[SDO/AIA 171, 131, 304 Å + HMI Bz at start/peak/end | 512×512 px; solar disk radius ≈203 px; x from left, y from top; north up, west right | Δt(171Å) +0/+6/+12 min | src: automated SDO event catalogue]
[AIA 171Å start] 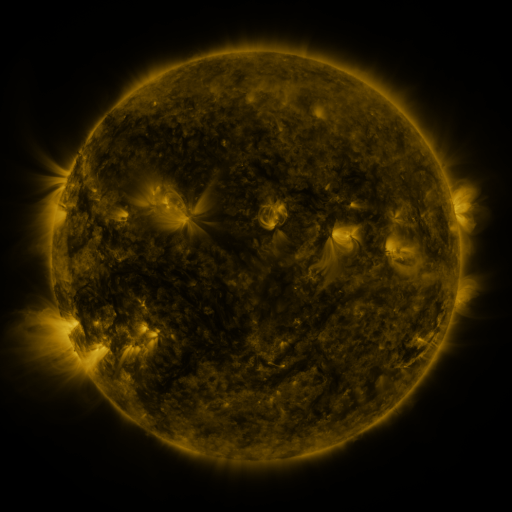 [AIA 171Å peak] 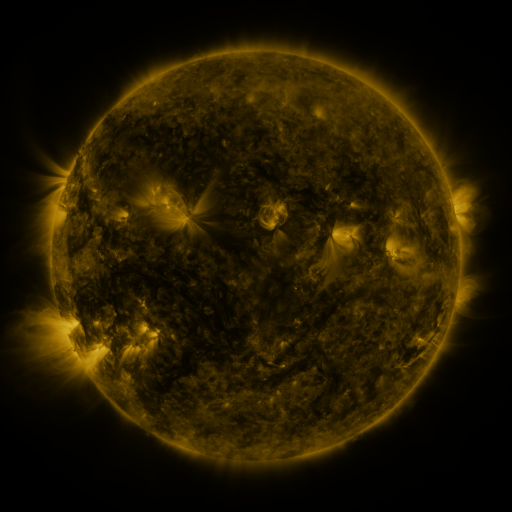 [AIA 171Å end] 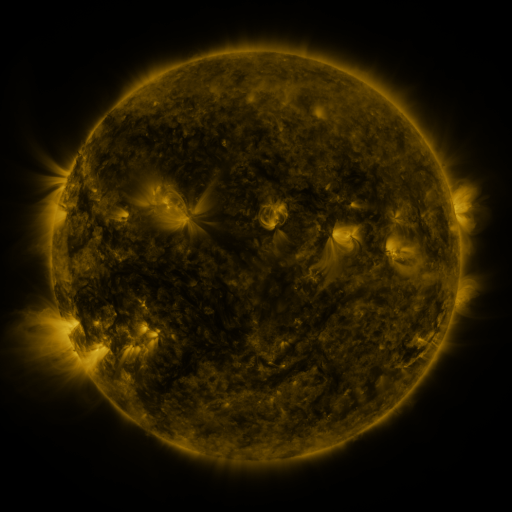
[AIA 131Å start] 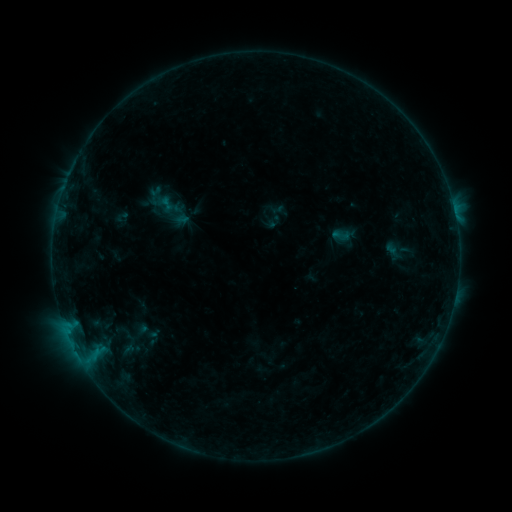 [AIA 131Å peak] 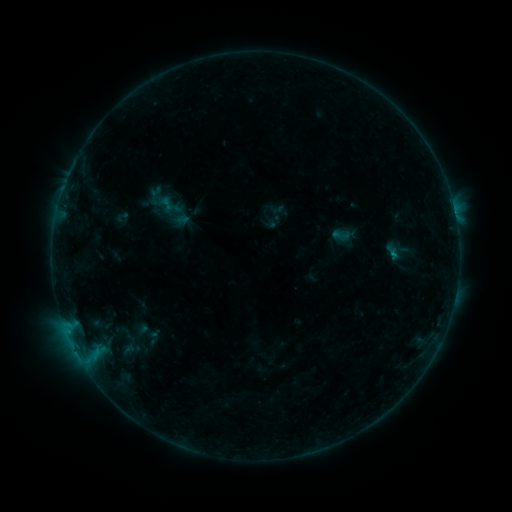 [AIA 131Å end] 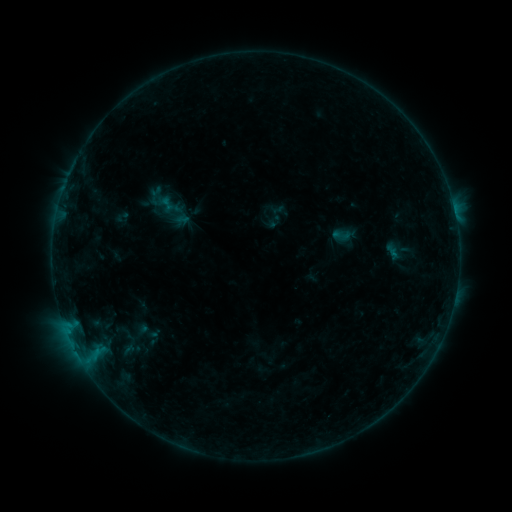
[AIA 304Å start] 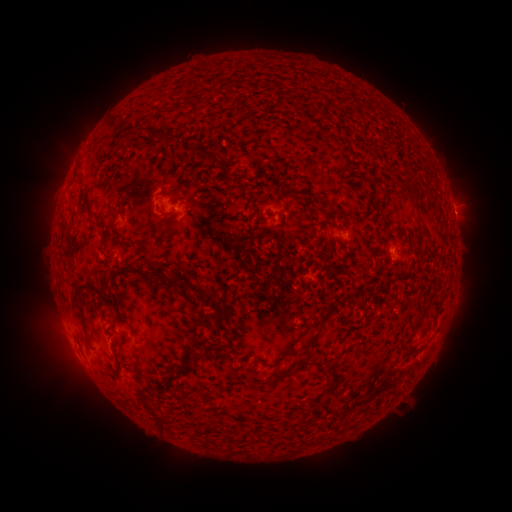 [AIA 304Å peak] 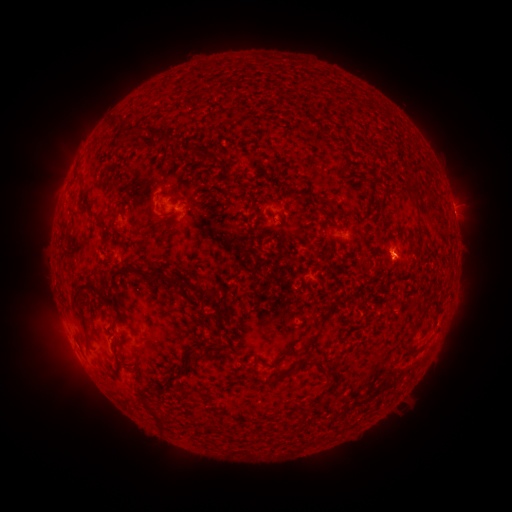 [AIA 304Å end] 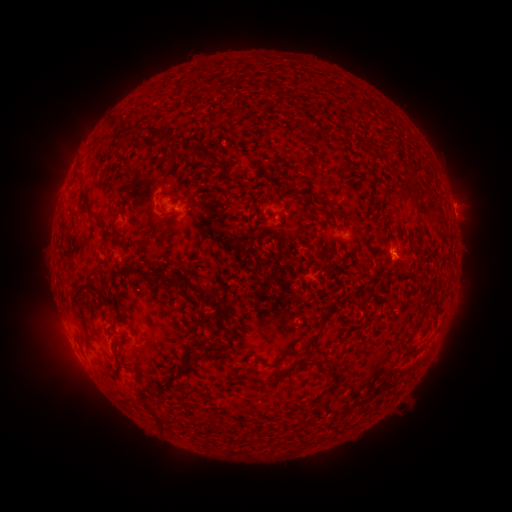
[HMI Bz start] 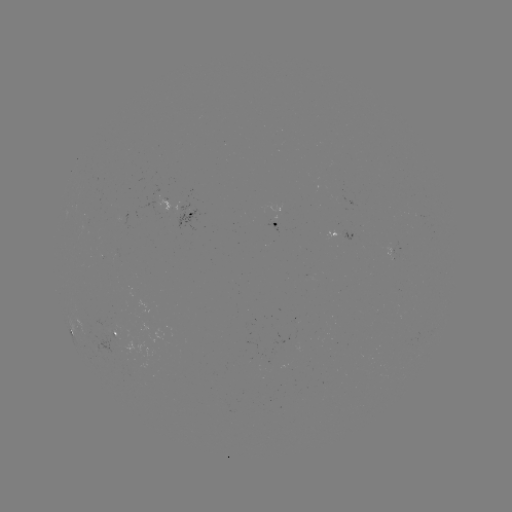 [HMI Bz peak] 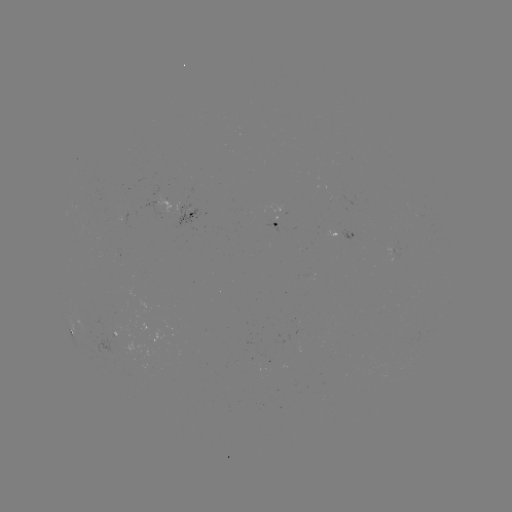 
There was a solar flare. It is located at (391, 256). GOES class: B2.5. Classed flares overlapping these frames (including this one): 1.